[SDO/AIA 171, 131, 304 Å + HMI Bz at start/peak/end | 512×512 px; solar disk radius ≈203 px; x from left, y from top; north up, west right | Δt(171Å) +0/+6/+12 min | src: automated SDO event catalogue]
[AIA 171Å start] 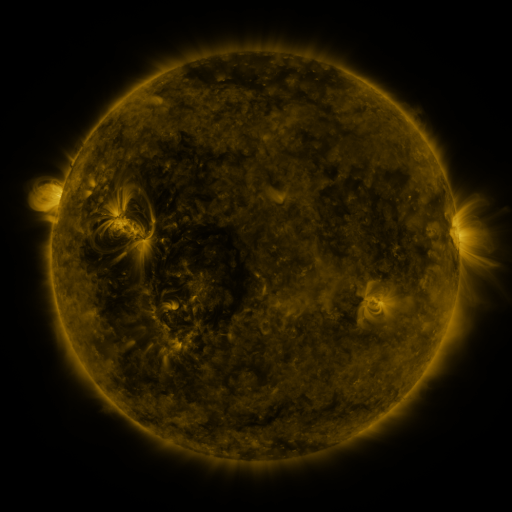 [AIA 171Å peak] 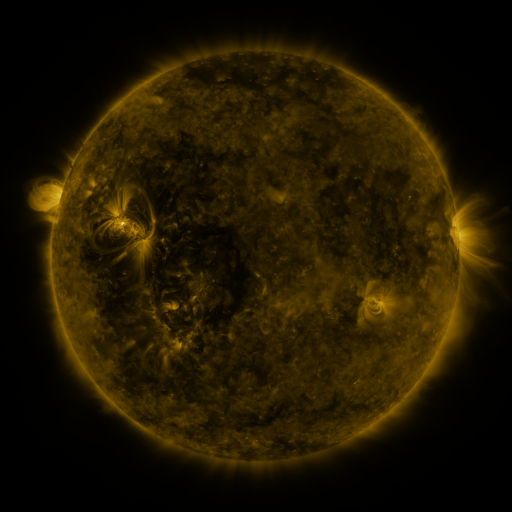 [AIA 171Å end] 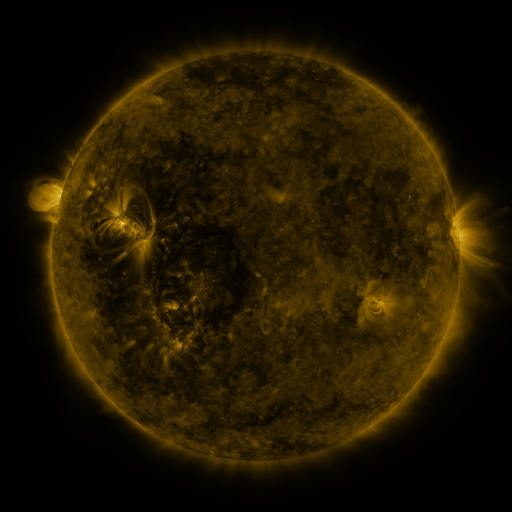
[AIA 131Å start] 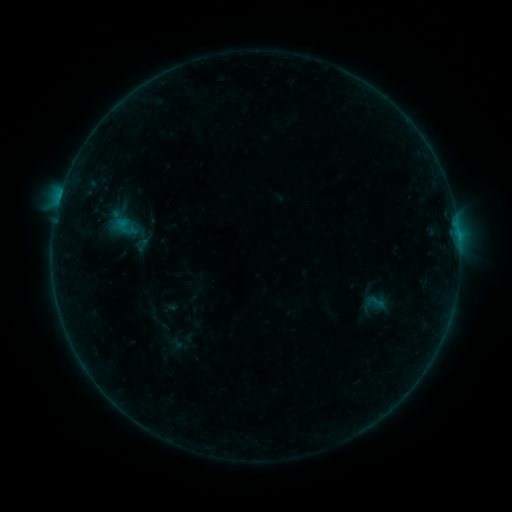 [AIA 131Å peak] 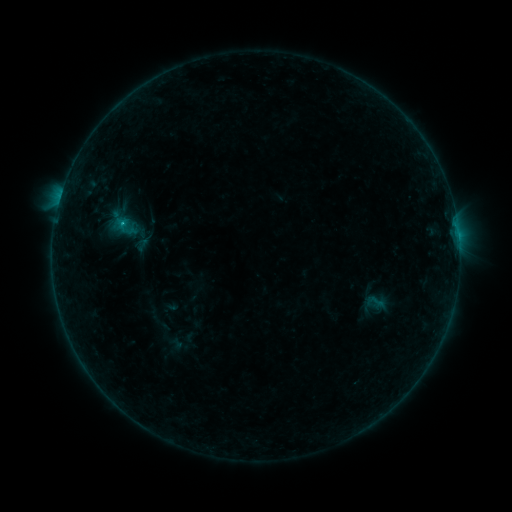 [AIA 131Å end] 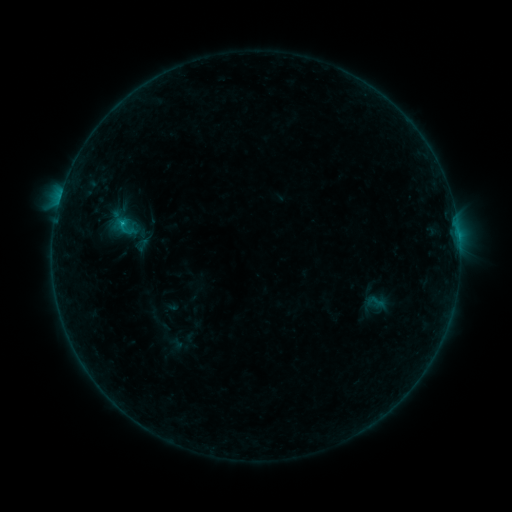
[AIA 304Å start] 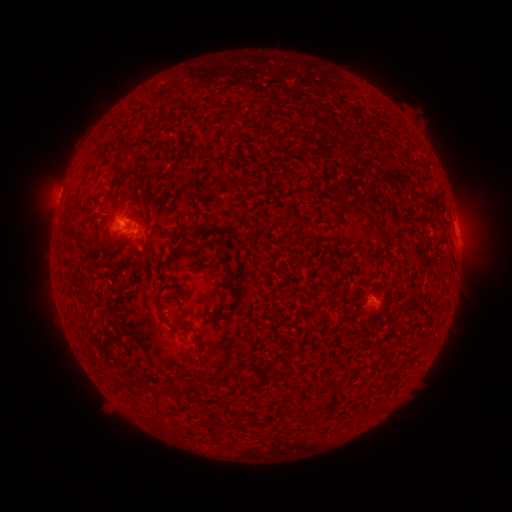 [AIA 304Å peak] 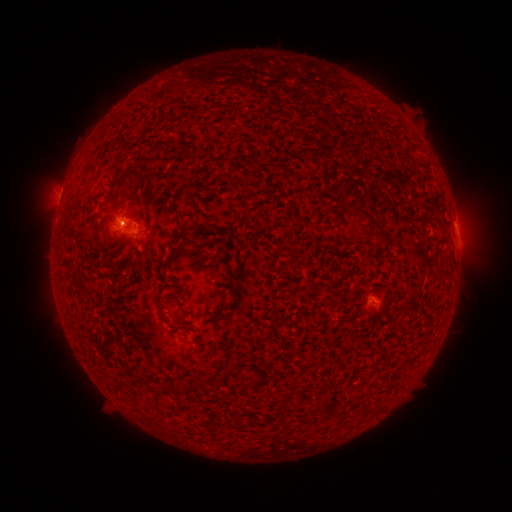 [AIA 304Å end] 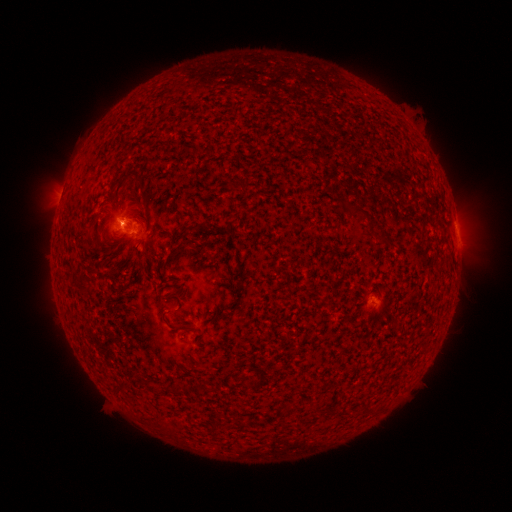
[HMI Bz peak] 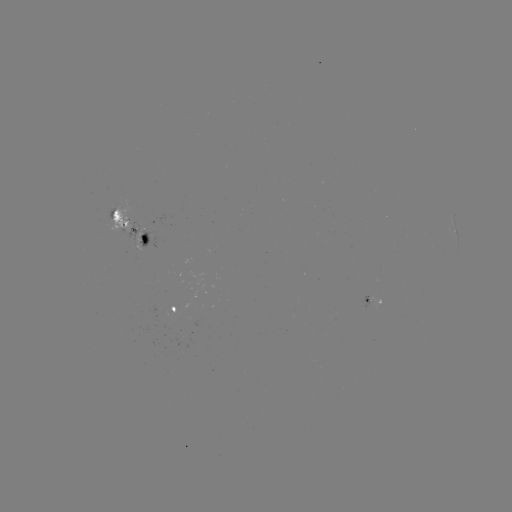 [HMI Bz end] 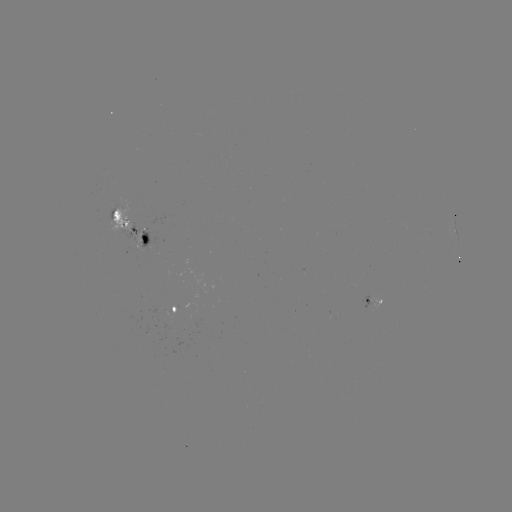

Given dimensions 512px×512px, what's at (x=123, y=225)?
B4.6 flare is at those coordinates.